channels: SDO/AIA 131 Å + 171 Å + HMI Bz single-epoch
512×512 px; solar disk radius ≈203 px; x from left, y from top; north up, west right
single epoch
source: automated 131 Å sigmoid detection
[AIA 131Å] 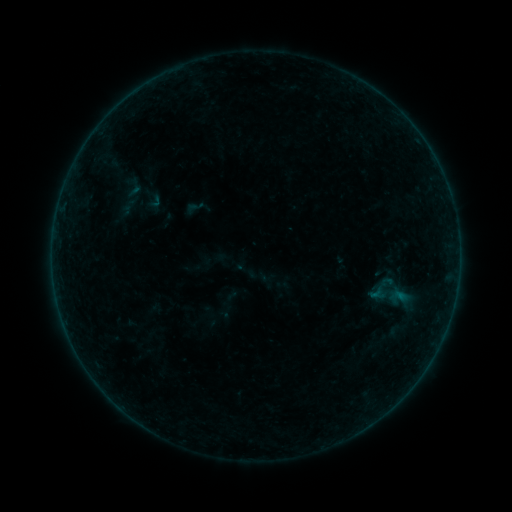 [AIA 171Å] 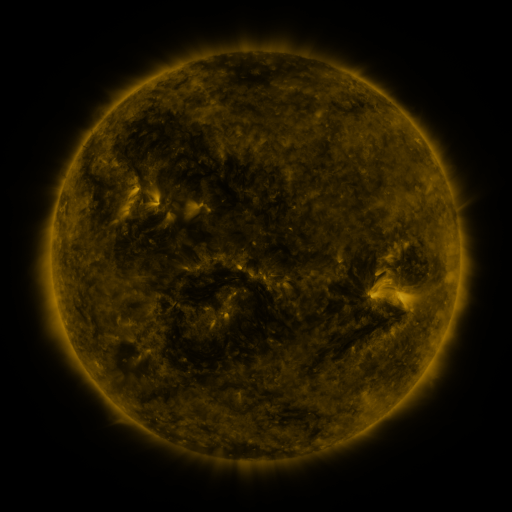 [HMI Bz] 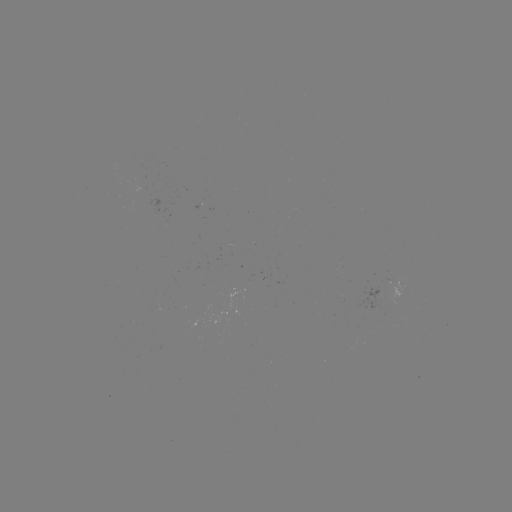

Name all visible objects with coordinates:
sigmoid: (134, 188)
sigmoid: (396, 331)
